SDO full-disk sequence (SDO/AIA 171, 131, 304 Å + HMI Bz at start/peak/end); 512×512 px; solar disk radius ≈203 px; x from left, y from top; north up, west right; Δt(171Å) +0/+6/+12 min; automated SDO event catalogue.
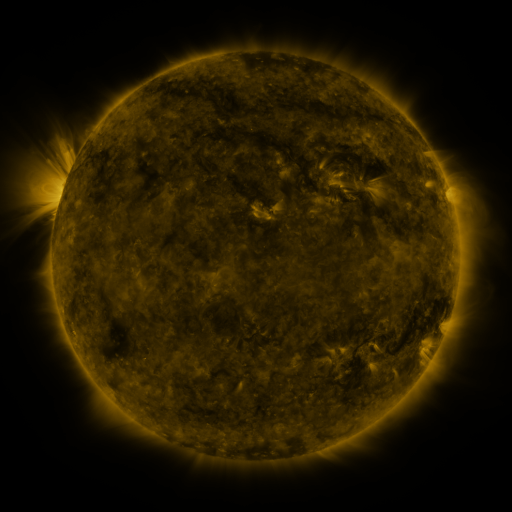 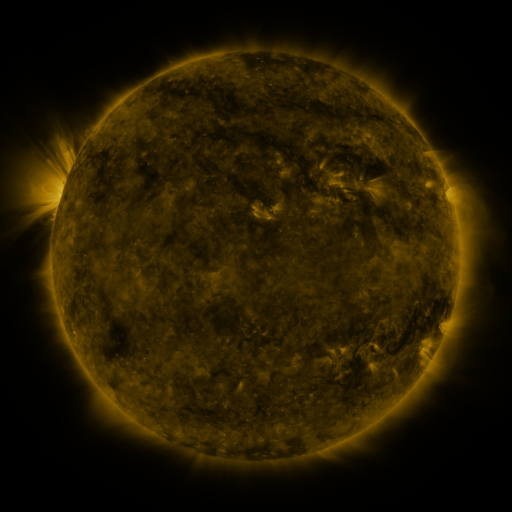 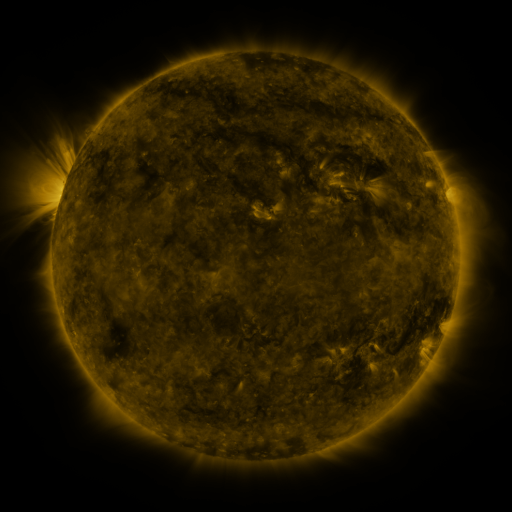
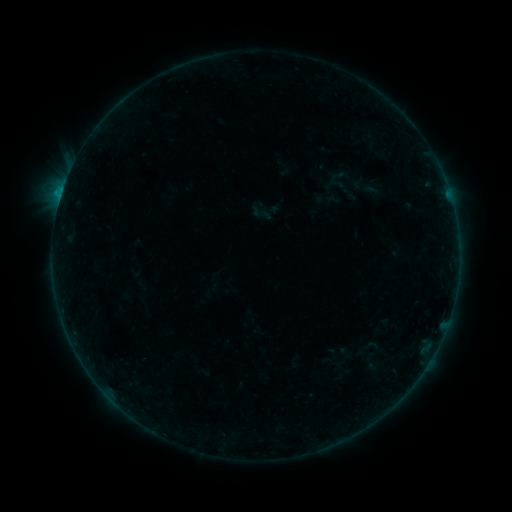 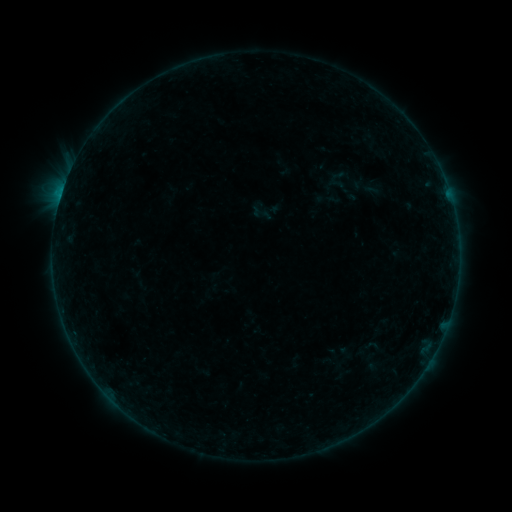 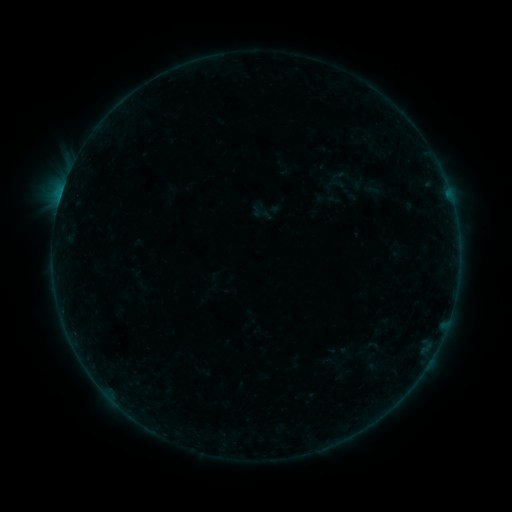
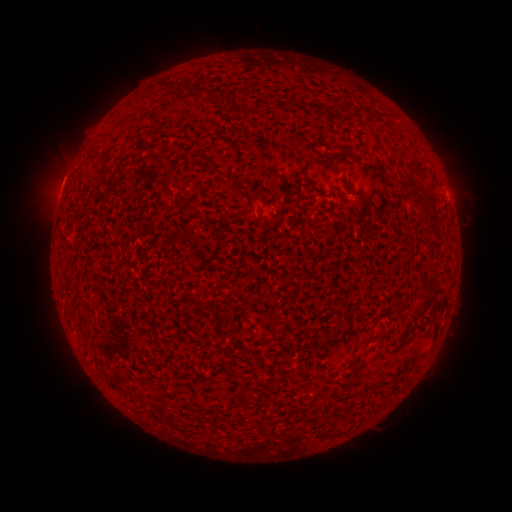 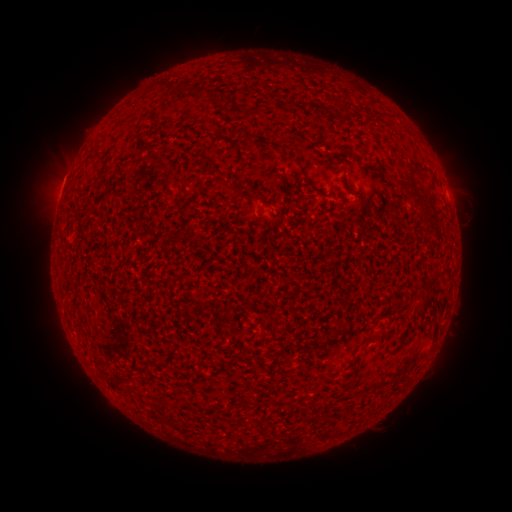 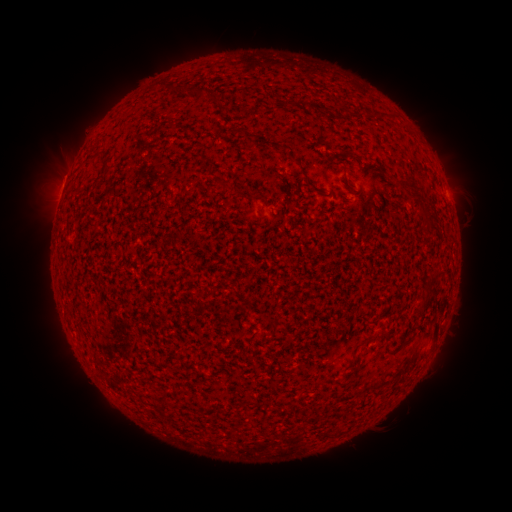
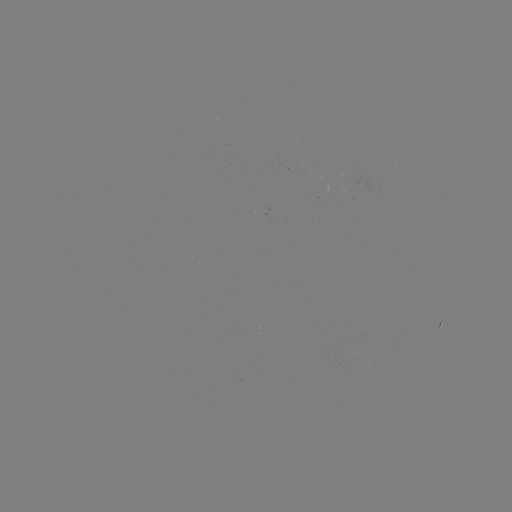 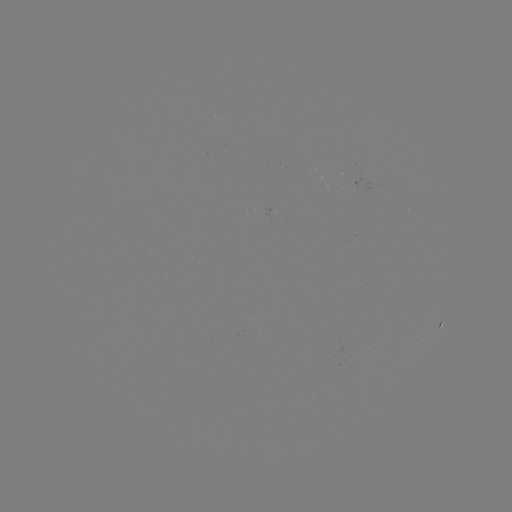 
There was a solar eruption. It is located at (58, 172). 